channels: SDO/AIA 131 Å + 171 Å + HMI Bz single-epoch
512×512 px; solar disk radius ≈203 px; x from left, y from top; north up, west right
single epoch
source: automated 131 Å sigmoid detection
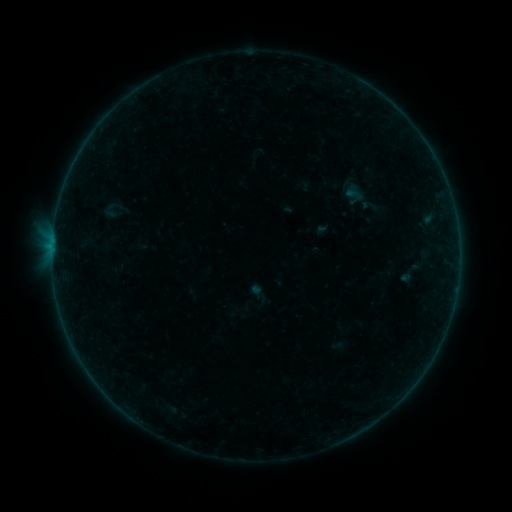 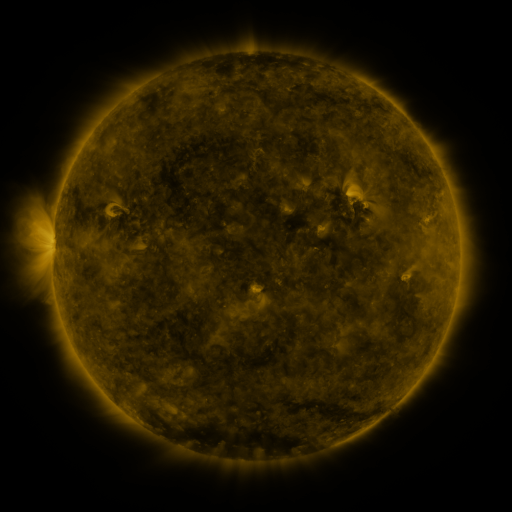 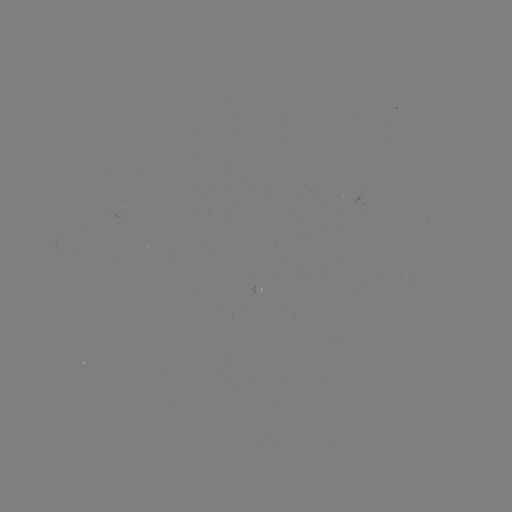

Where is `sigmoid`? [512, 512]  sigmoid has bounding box [101, 202, 119, 220].